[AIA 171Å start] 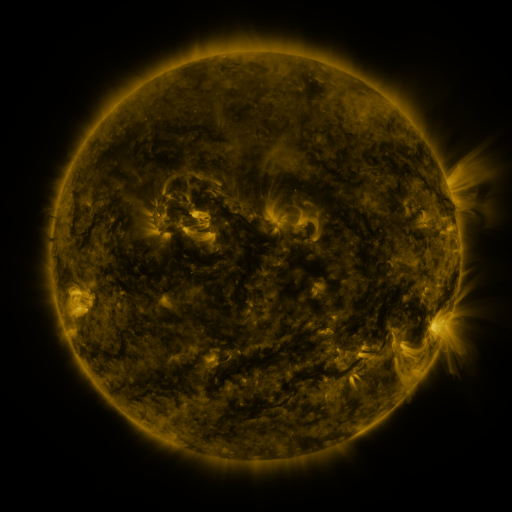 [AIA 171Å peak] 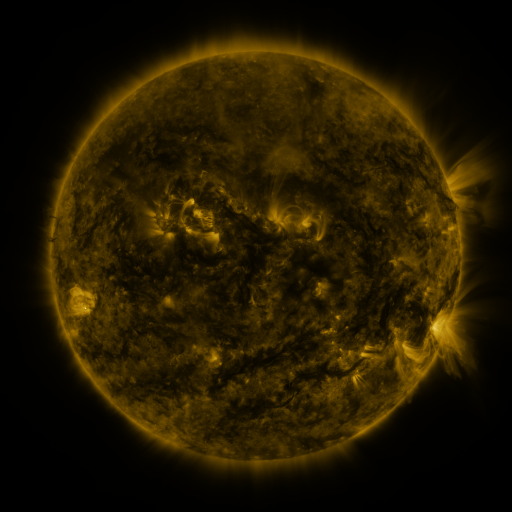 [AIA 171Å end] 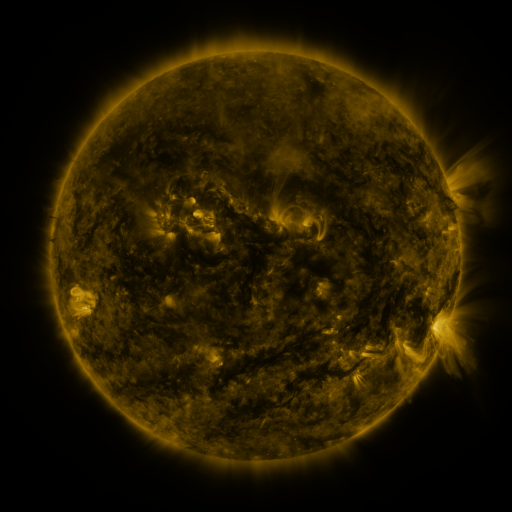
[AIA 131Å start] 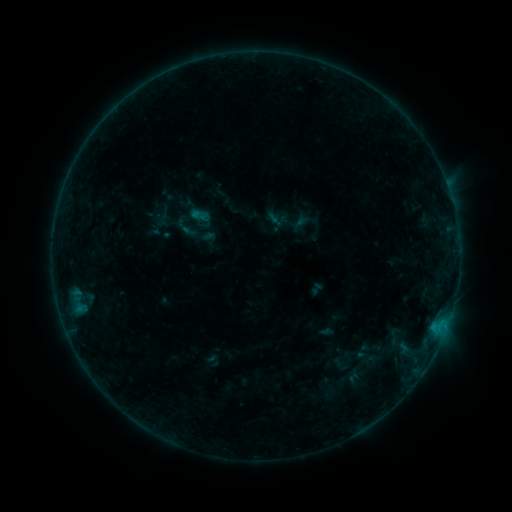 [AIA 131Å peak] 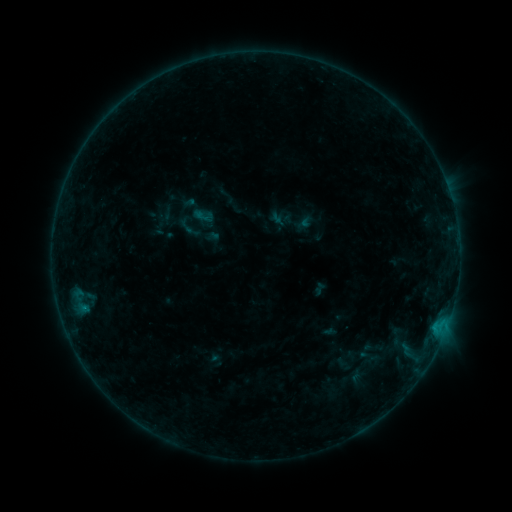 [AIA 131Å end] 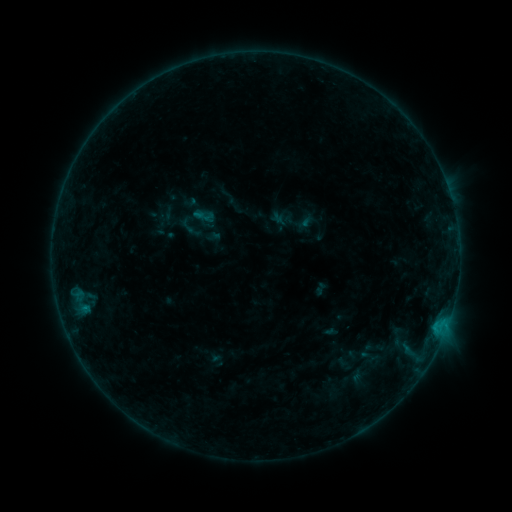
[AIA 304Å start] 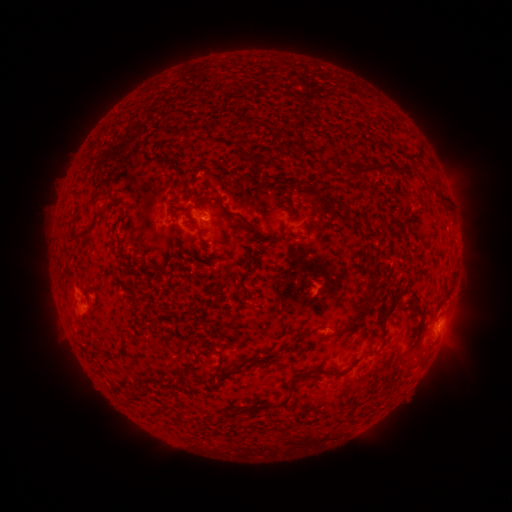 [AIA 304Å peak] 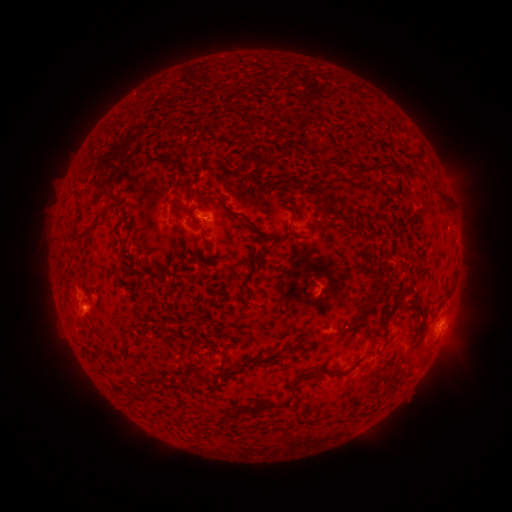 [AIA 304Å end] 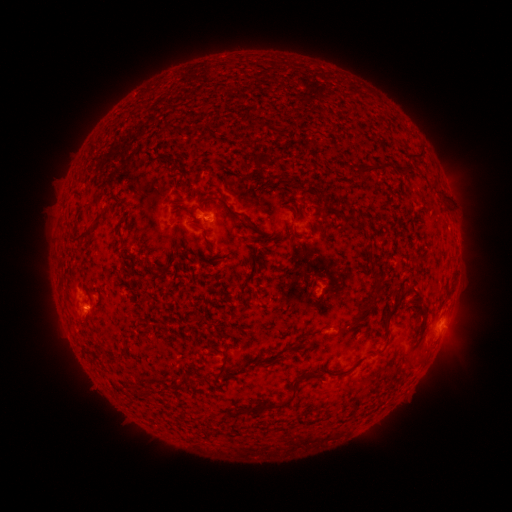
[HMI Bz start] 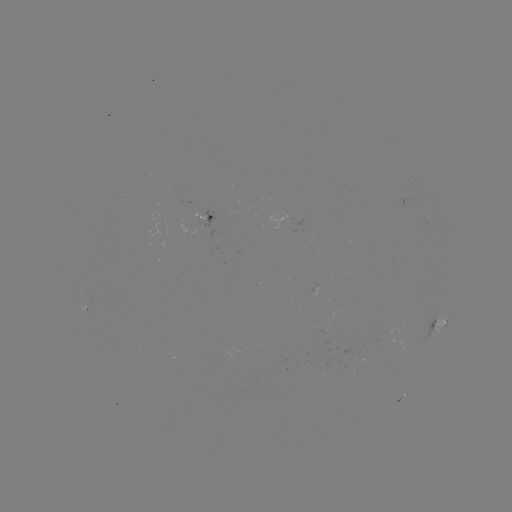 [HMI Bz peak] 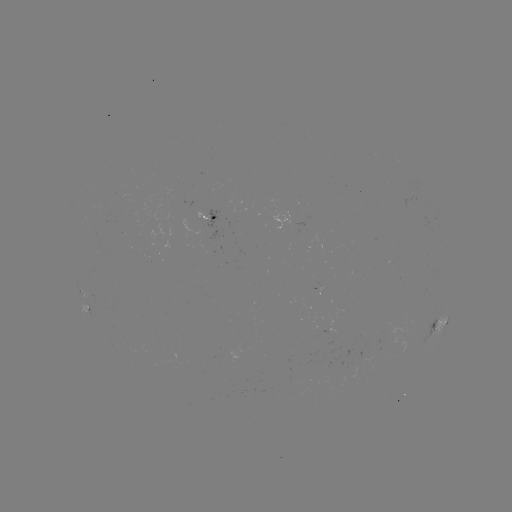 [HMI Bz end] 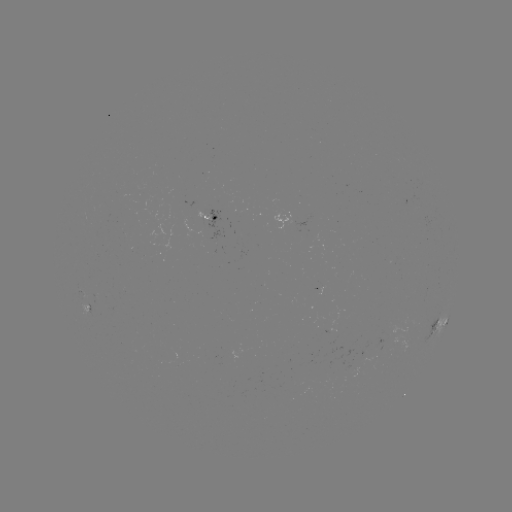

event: emerging-flux region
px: (343, 368)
